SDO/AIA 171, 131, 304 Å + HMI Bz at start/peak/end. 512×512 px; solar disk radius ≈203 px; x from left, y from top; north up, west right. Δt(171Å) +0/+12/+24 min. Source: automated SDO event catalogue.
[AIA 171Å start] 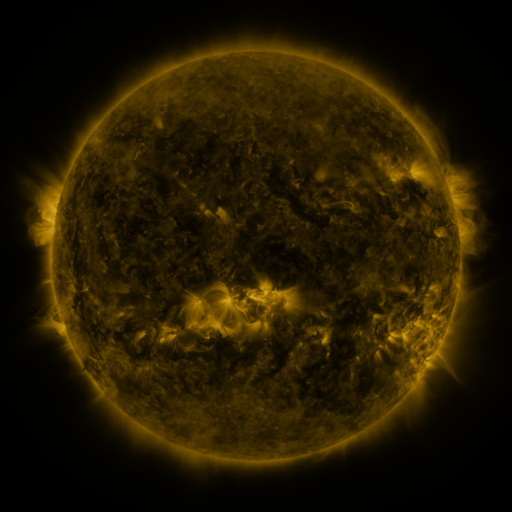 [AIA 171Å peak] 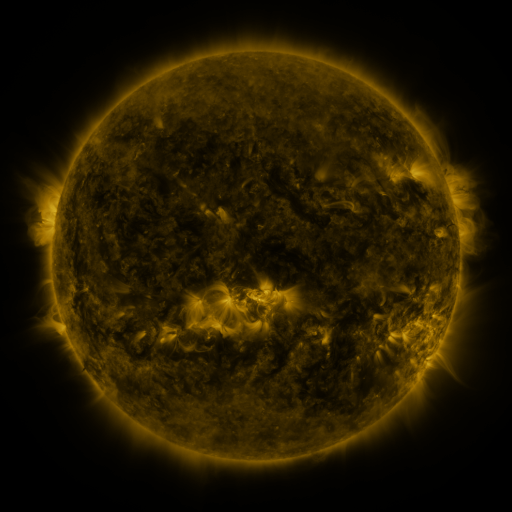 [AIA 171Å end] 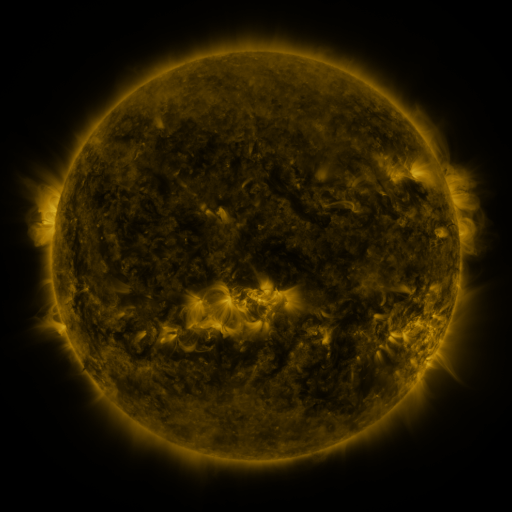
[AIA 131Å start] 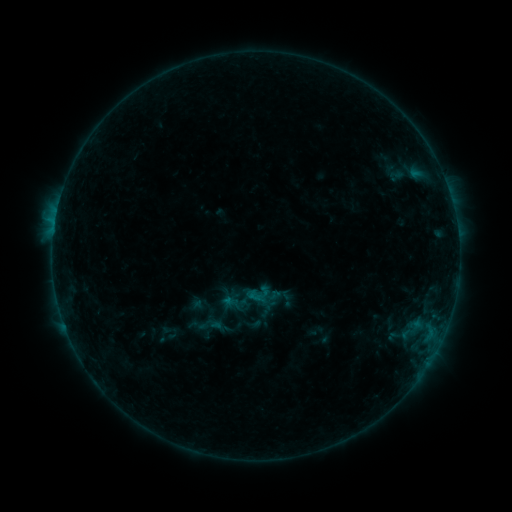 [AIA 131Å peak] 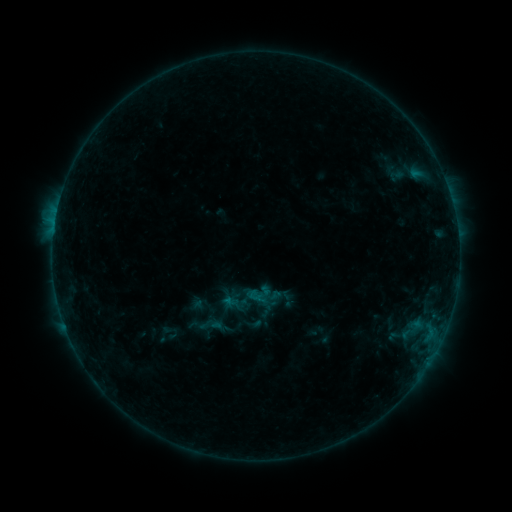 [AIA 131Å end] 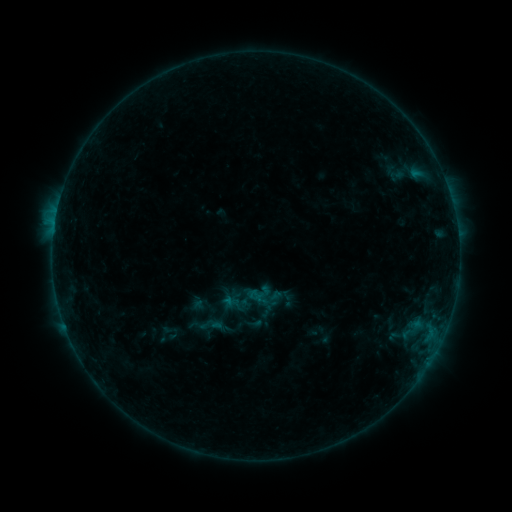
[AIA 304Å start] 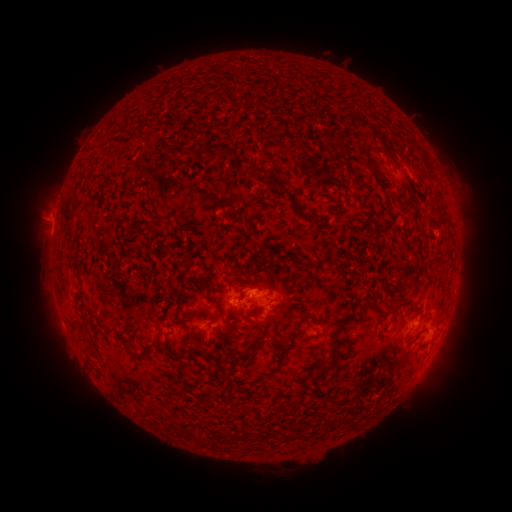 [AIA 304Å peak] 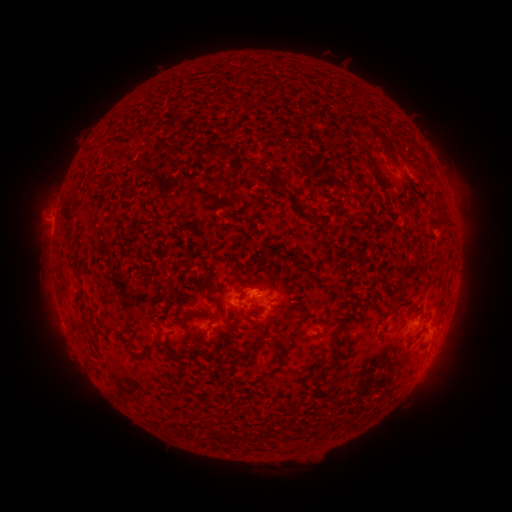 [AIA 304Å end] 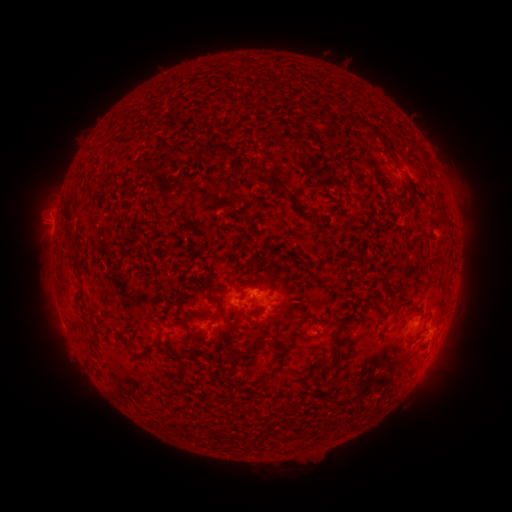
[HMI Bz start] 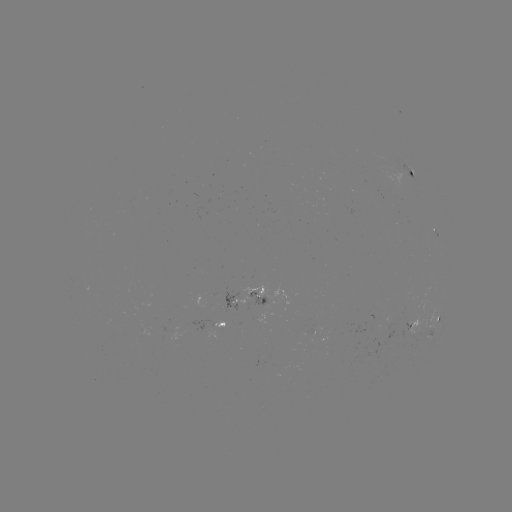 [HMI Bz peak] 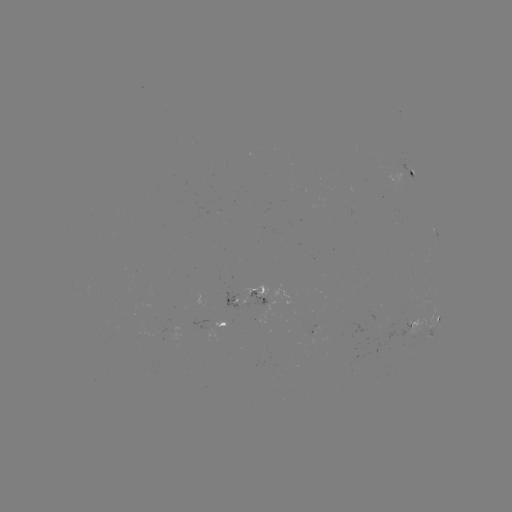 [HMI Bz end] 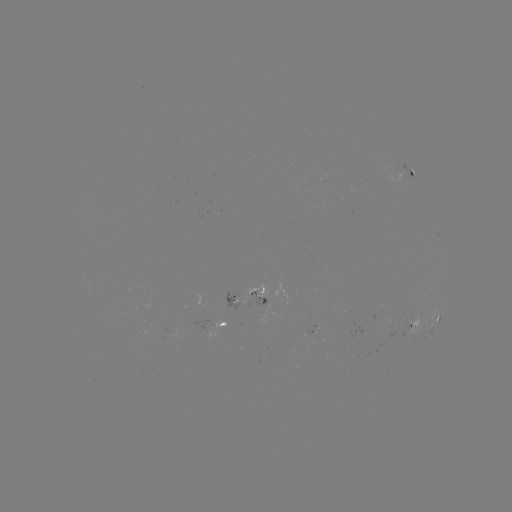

no flare in any classed list; no EUV-trigger detection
